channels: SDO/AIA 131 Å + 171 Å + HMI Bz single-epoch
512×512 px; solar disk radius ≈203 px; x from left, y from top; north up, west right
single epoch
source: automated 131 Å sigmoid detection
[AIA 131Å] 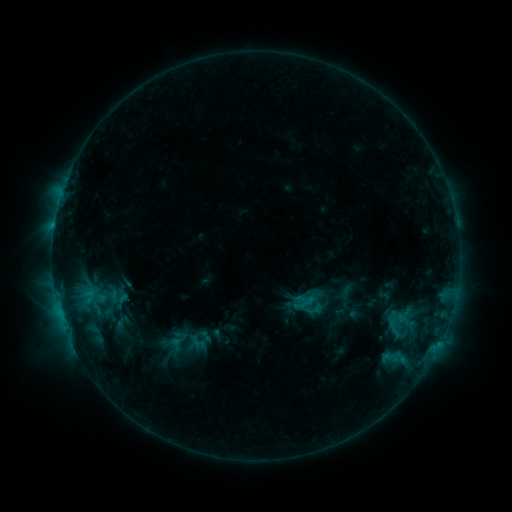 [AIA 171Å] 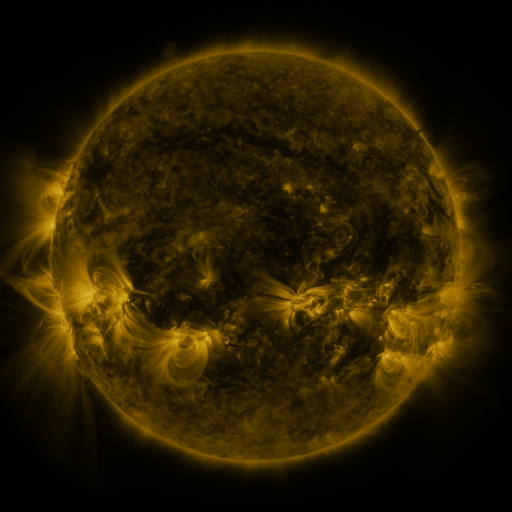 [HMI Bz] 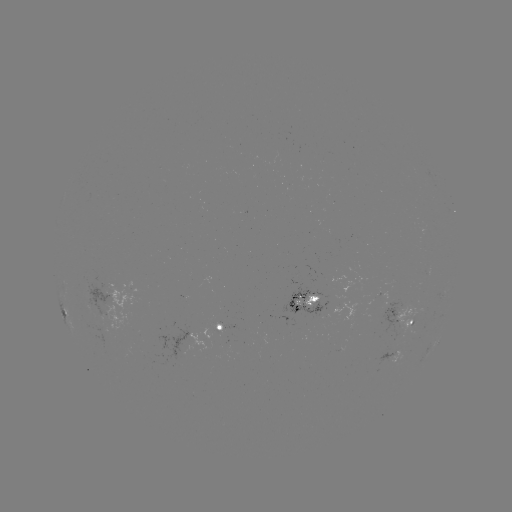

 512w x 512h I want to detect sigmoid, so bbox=[169, 337, 194, 354].